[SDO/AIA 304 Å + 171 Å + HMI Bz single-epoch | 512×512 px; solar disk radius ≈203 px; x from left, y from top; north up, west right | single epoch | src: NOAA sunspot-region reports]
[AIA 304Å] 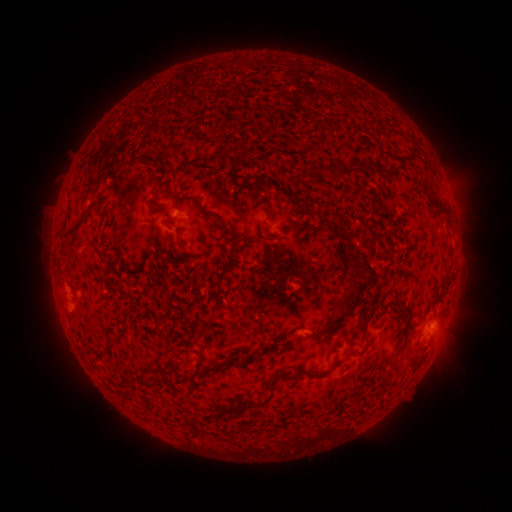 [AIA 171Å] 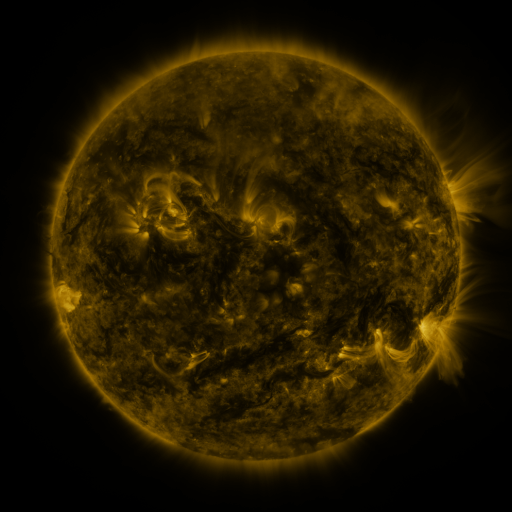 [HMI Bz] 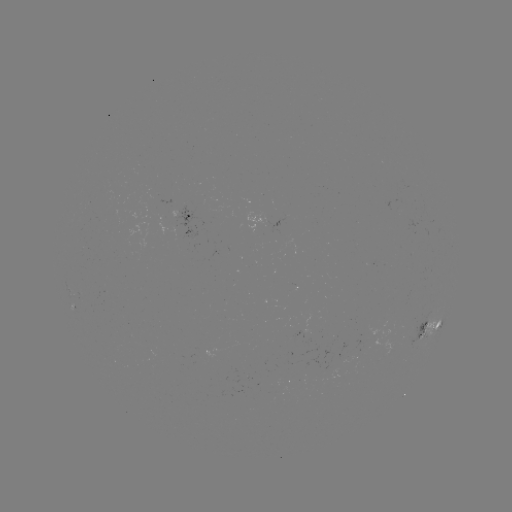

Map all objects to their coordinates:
spotted active region: (182, 217)
spotted active region: (283, 222)
spotted active region: (431, 327)
spotted active region: (303, 333)
